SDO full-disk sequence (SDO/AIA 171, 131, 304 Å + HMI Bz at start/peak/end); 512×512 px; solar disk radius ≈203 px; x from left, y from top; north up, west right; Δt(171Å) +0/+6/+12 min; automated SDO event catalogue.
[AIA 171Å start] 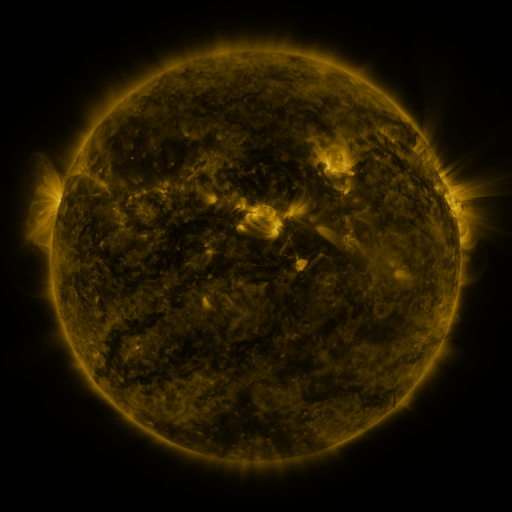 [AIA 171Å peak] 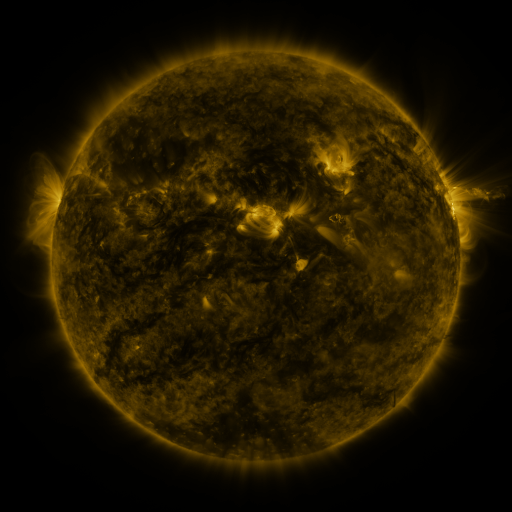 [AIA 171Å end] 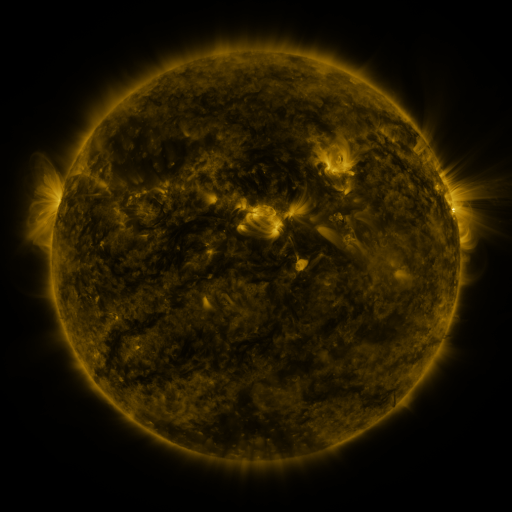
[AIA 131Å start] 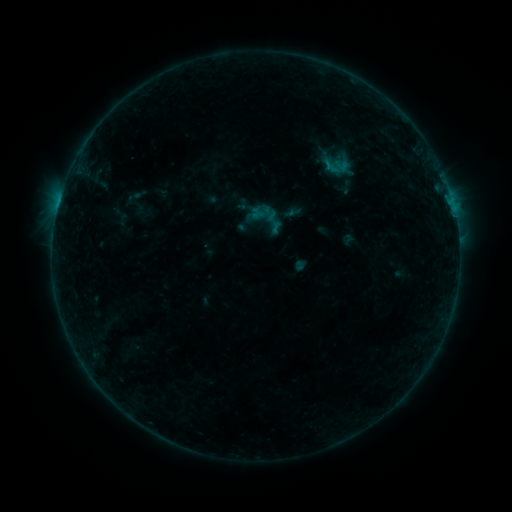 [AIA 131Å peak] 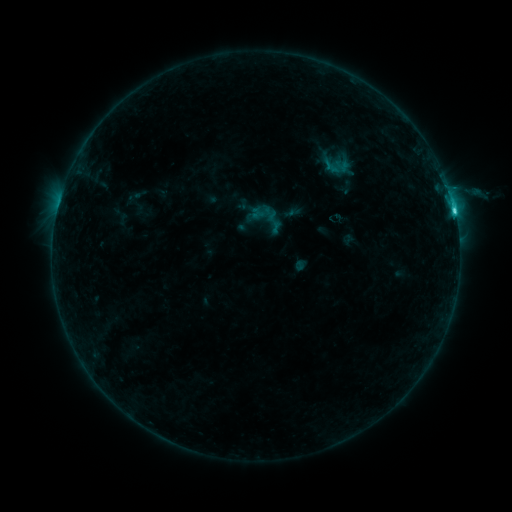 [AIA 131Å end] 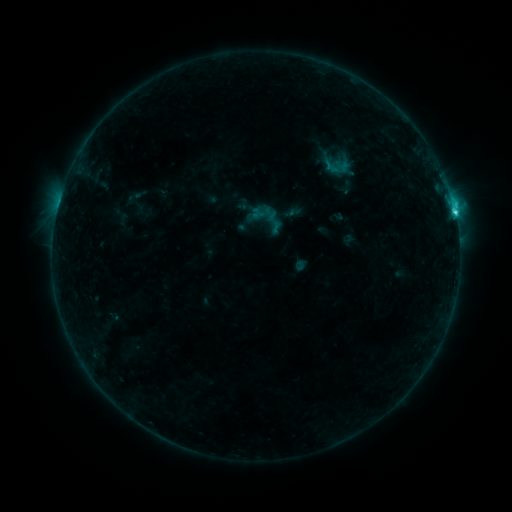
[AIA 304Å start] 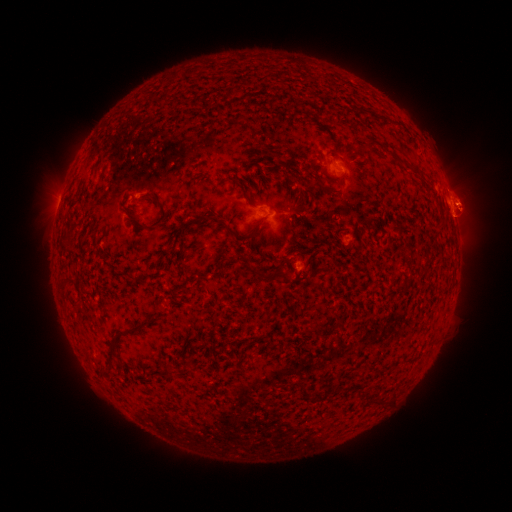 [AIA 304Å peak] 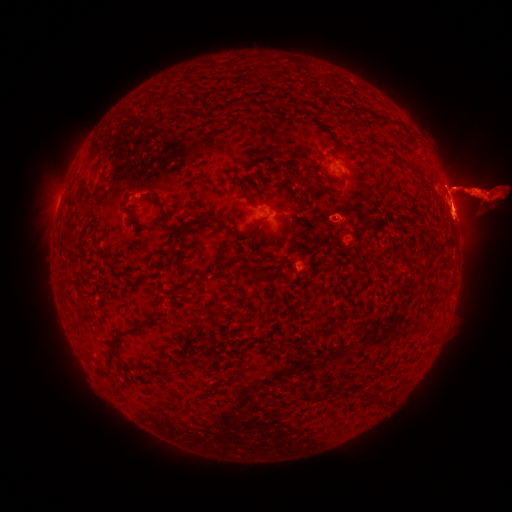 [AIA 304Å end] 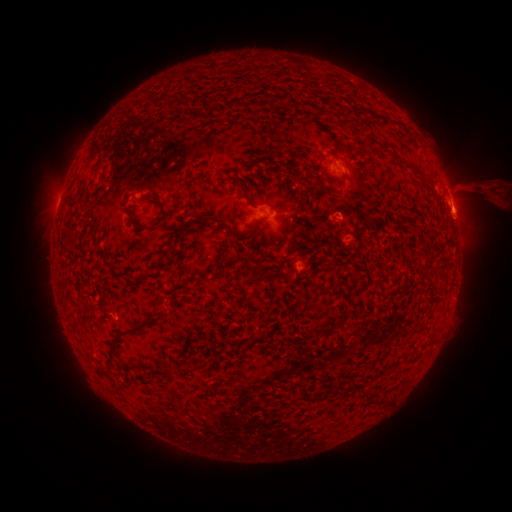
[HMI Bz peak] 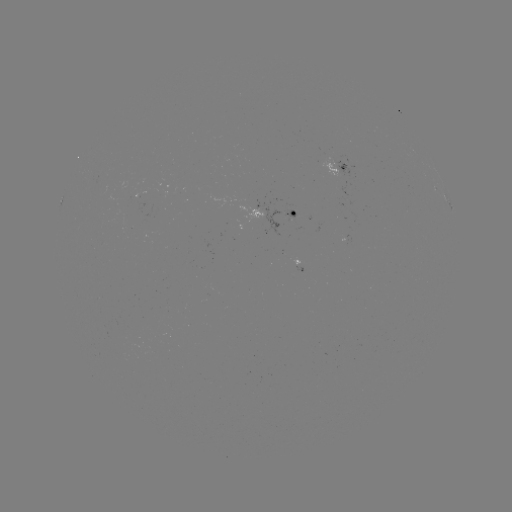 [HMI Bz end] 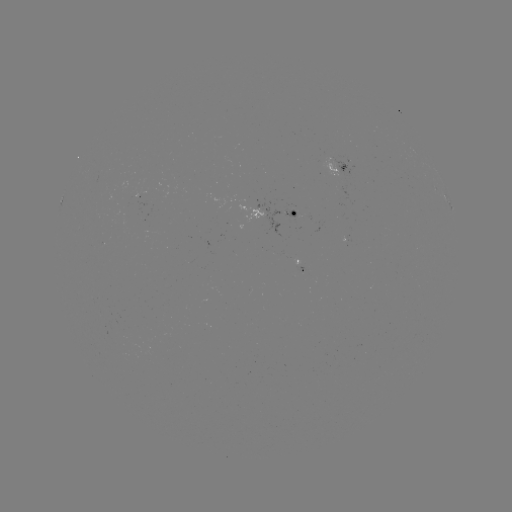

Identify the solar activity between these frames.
eruption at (26, 199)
